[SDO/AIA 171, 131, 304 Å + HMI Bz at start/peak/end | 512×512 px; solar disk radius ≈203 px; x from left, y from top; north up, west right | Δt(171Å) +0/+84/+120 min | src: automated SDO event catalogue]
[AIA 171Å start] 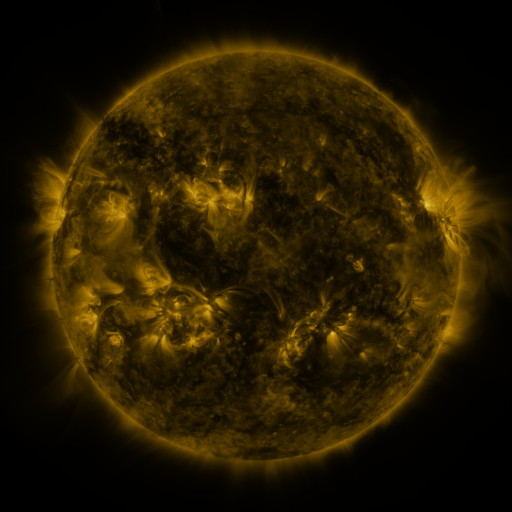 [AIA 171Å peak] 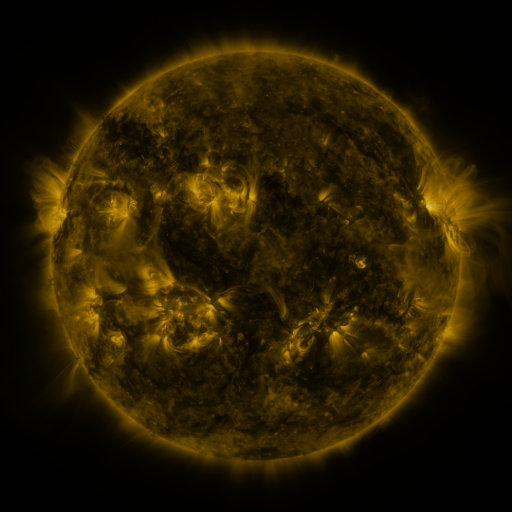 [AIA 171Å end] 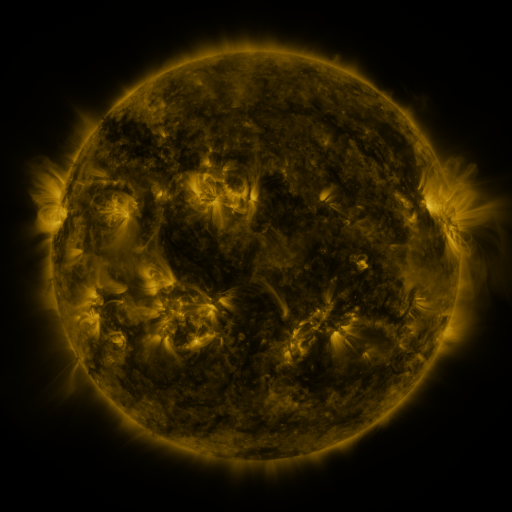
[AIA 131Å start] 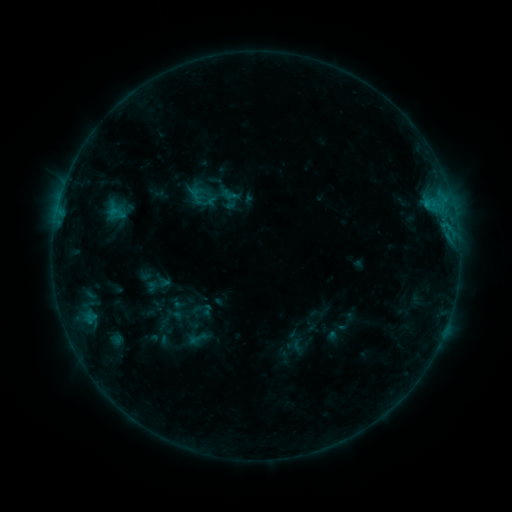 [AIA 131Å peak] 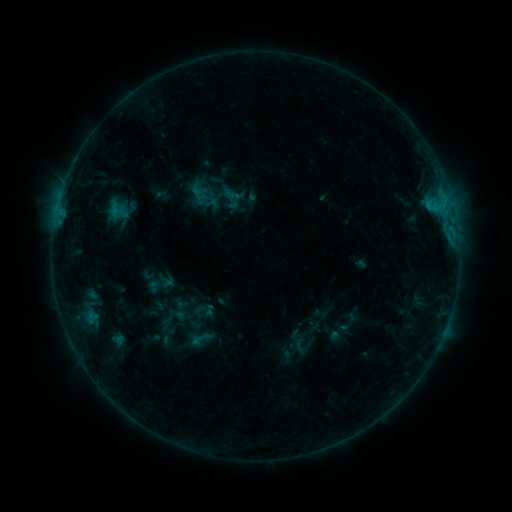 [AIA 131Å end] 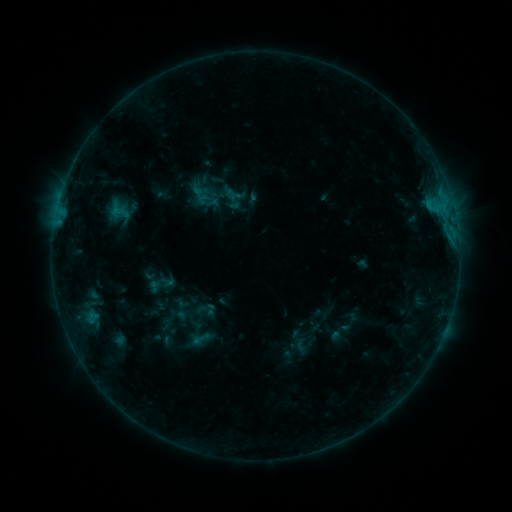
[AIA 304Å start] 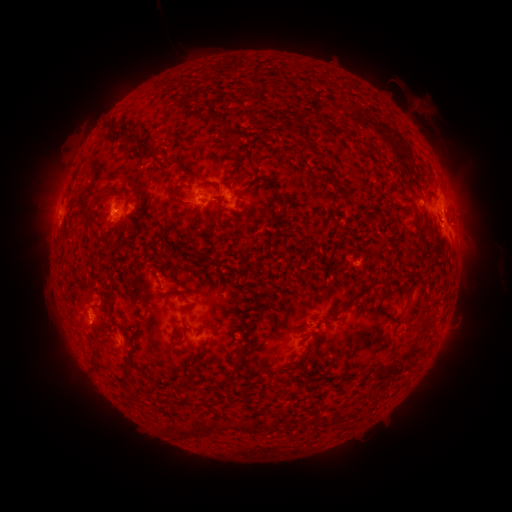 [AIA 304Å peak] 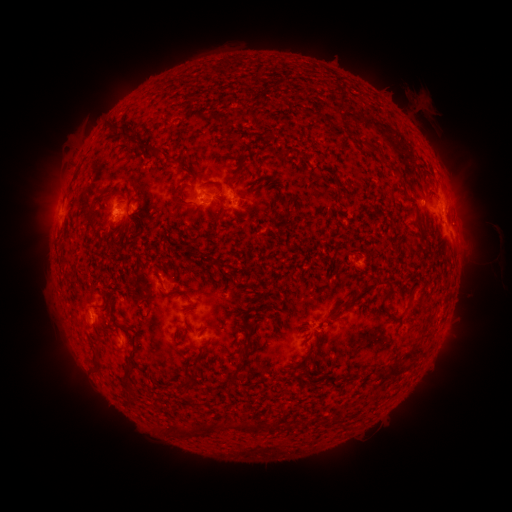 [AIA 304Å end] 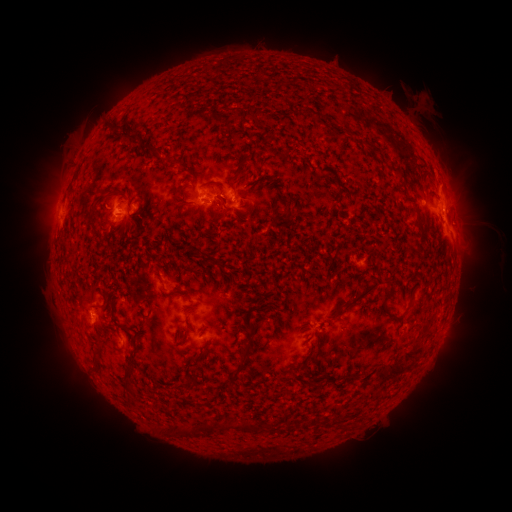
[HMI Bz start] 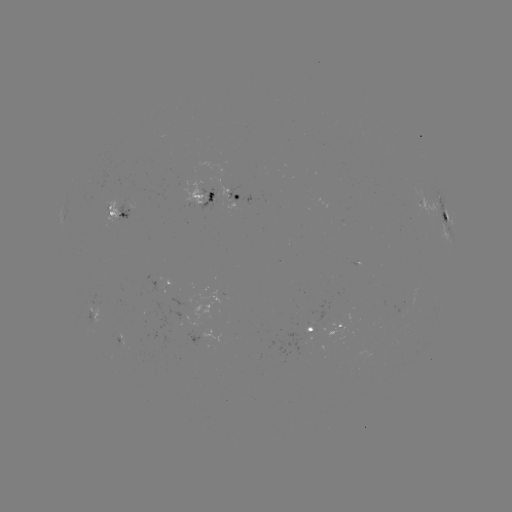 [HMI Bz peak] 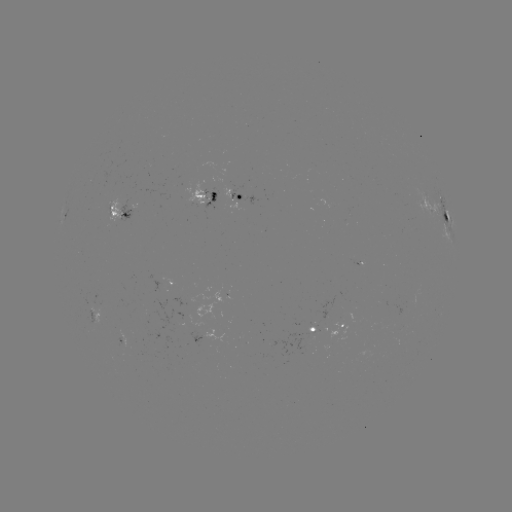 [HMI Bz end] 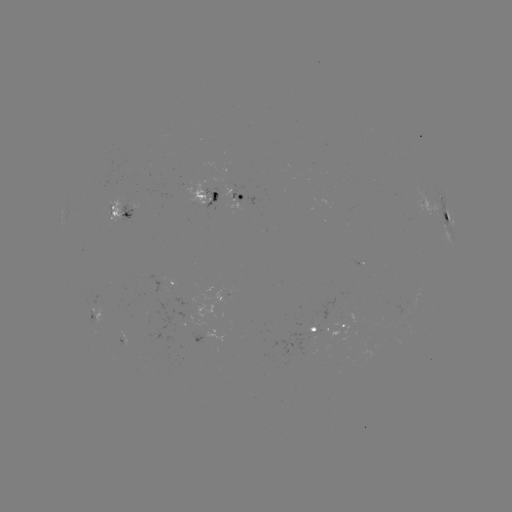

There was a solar emerging-flux region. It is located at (354, 260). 